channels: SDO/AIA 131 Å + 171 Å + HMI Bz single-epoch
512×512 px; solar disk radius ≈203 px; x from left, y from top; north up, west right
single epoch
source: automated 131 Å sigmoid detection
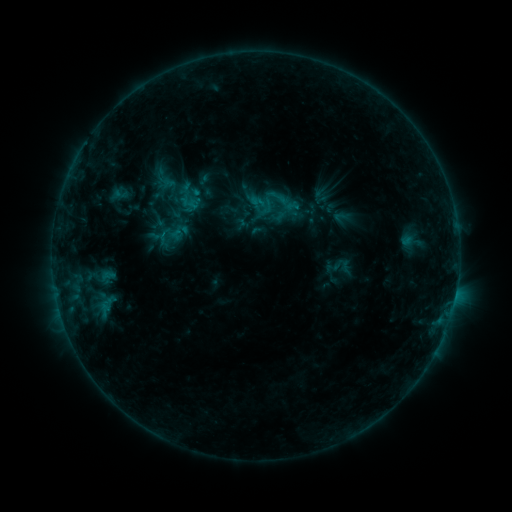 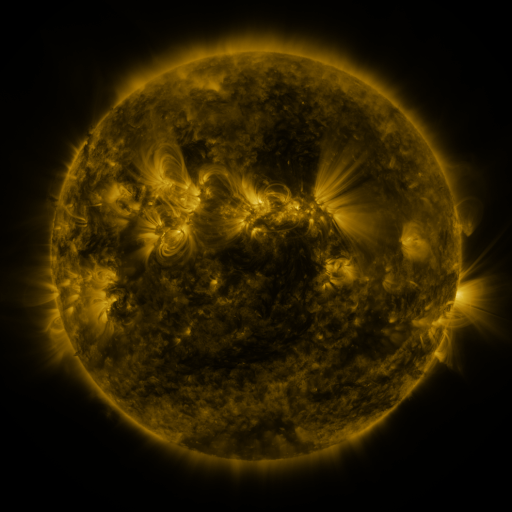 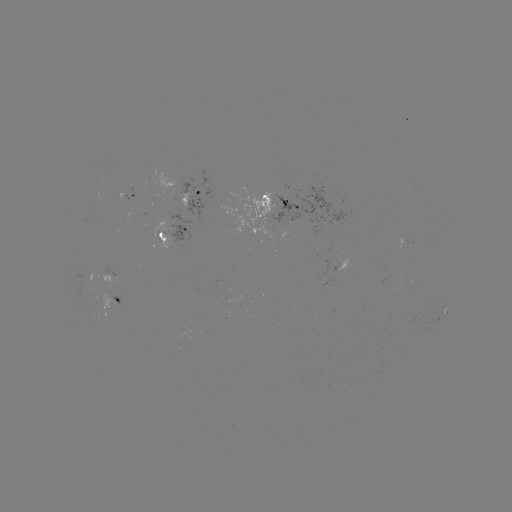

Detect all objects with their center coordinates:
sigmoid: (279, 196)
sigmoid: (283, 208)
